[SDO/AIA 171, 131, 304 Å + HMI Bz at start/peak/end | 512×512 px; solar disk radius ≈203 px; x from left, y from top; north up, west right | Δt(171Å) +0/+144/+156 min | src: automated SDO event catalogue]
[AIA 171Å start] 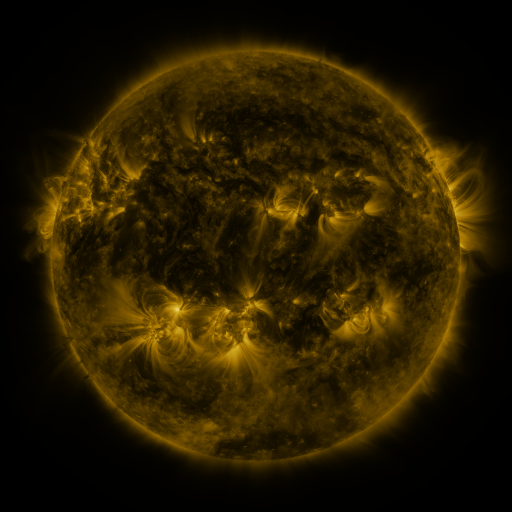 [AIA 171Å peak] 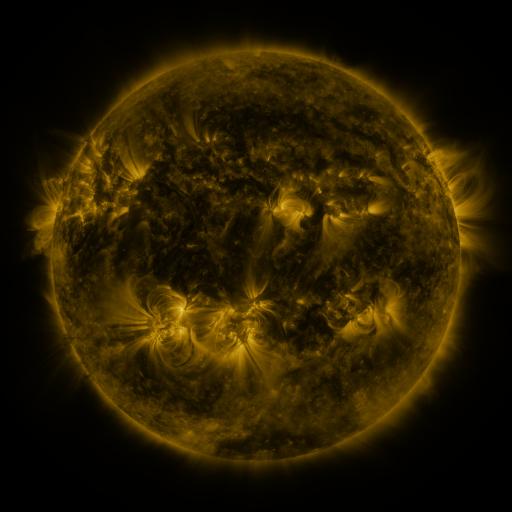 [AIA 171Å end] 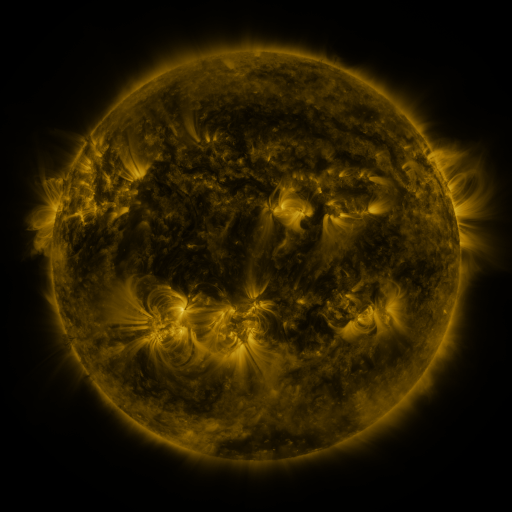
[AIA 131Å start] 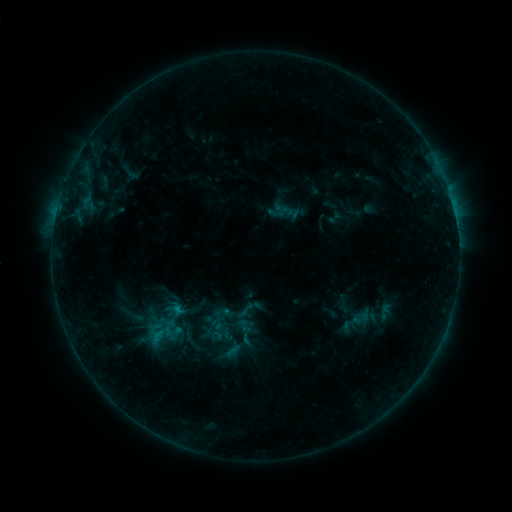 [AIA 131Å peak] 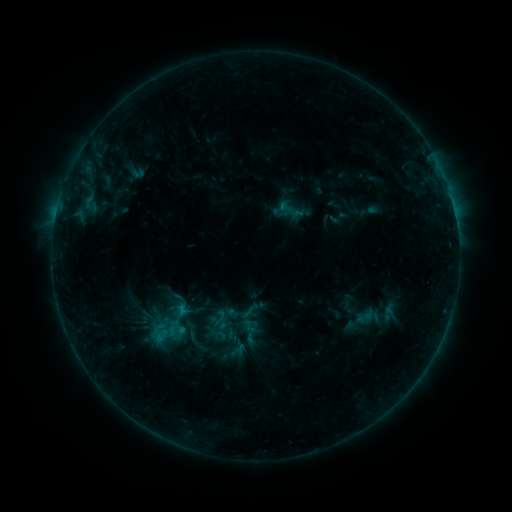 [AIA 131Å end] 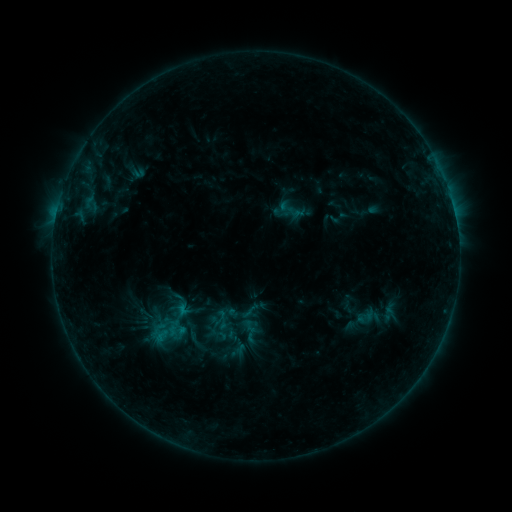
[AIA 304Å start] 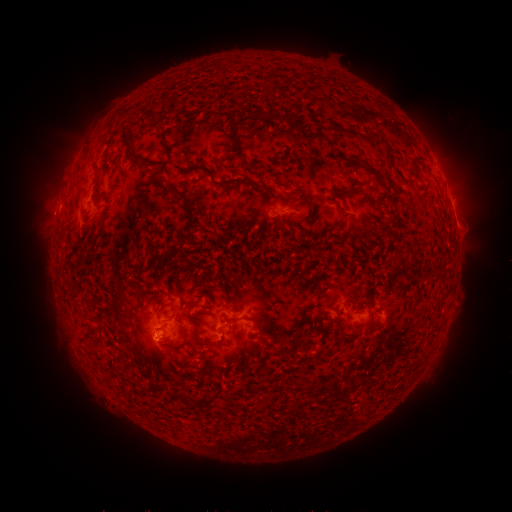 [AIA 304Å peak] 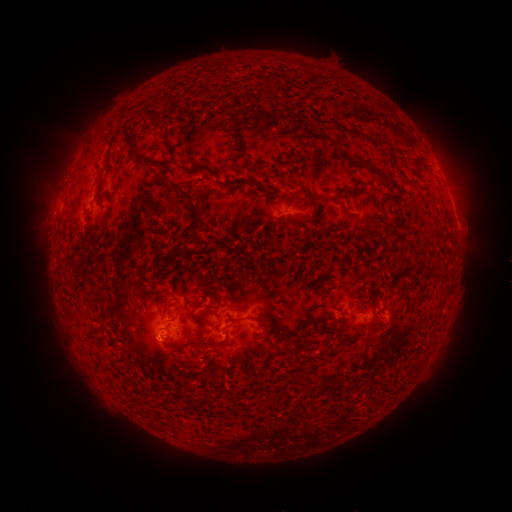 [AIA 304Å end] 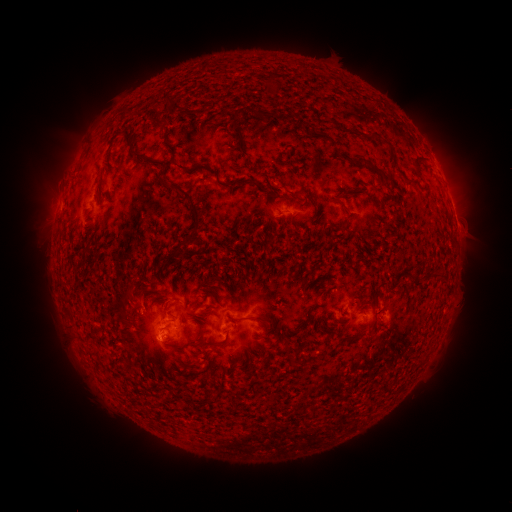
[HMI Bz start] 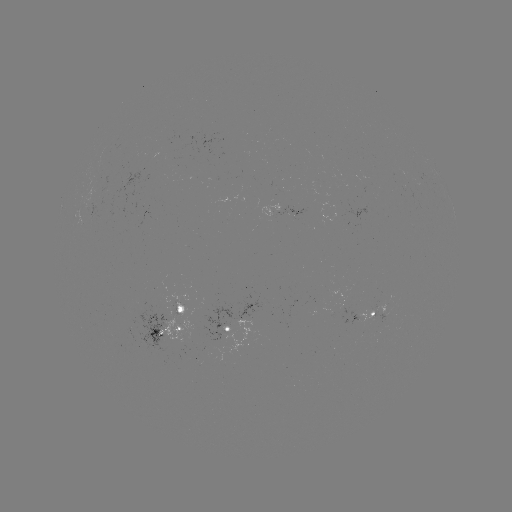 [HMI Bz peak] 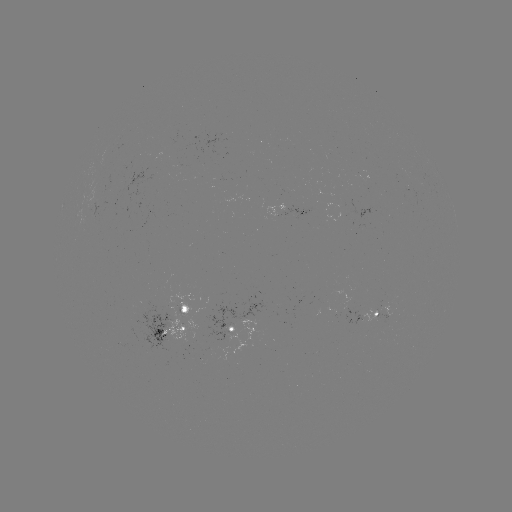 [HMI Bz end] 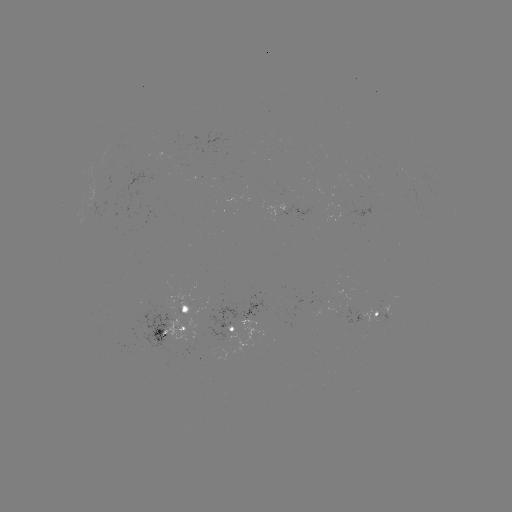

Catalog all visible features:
emerging-flux region: (99, 199)
